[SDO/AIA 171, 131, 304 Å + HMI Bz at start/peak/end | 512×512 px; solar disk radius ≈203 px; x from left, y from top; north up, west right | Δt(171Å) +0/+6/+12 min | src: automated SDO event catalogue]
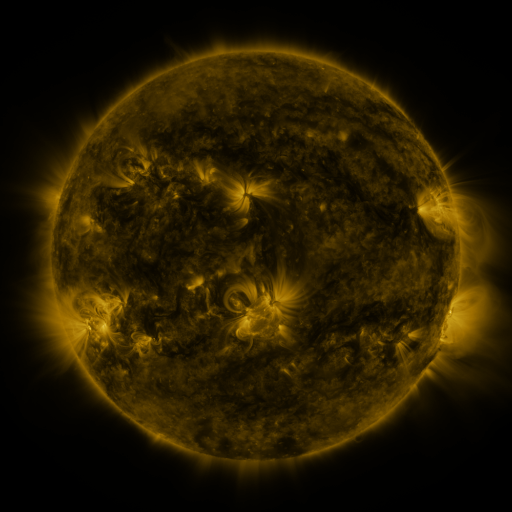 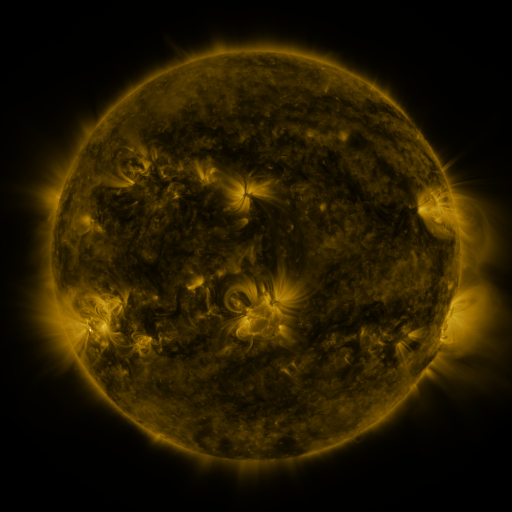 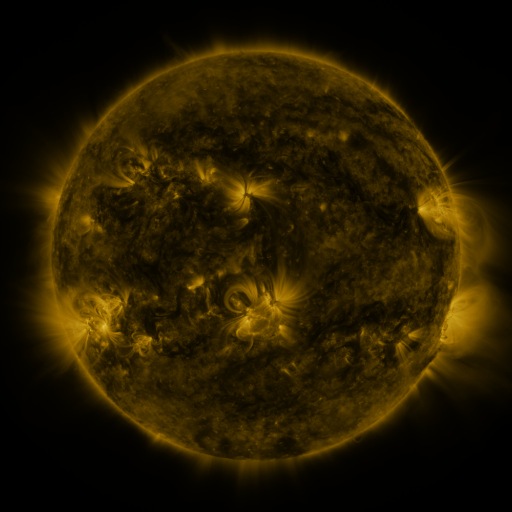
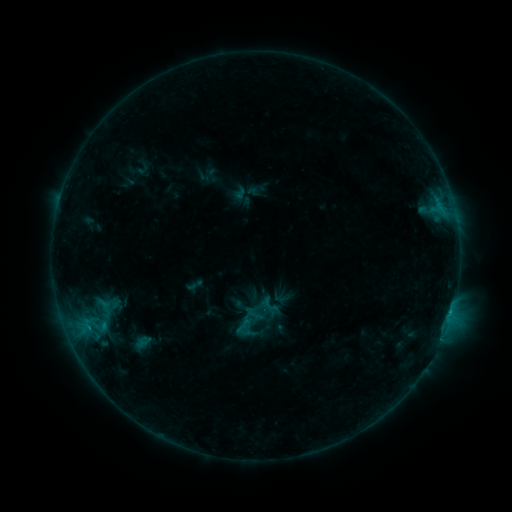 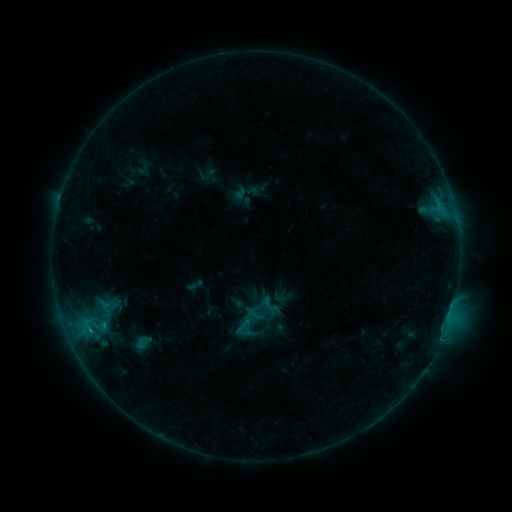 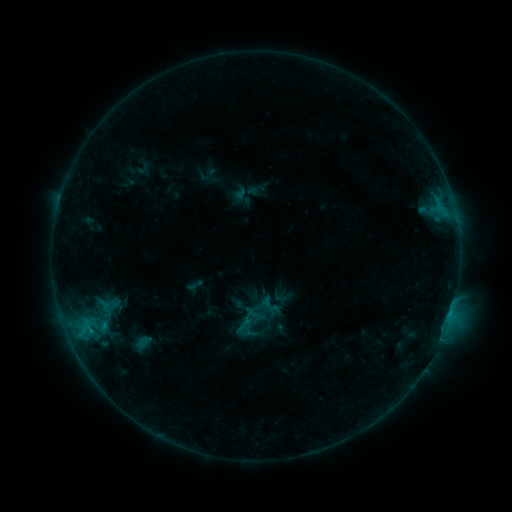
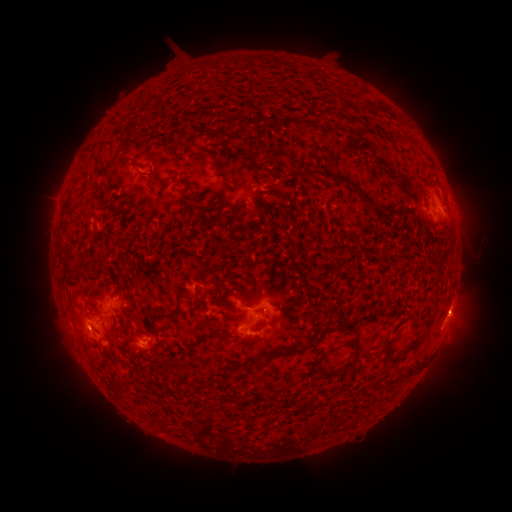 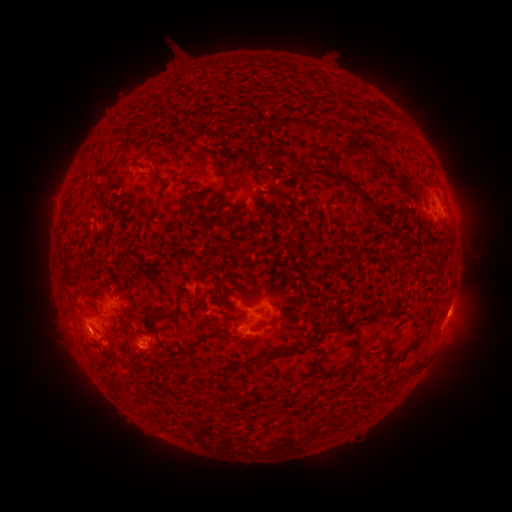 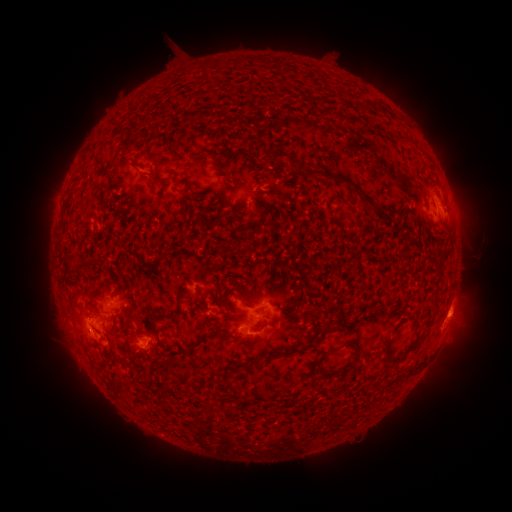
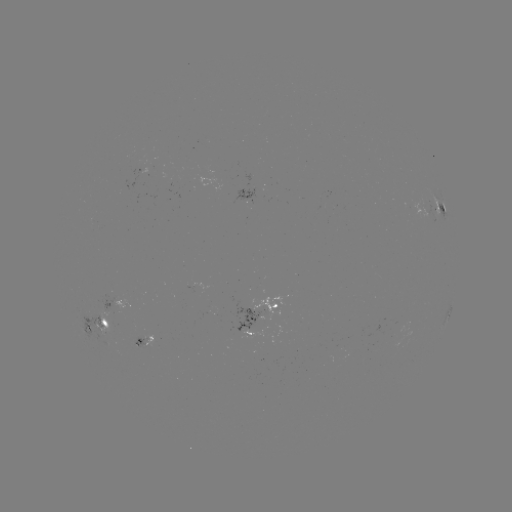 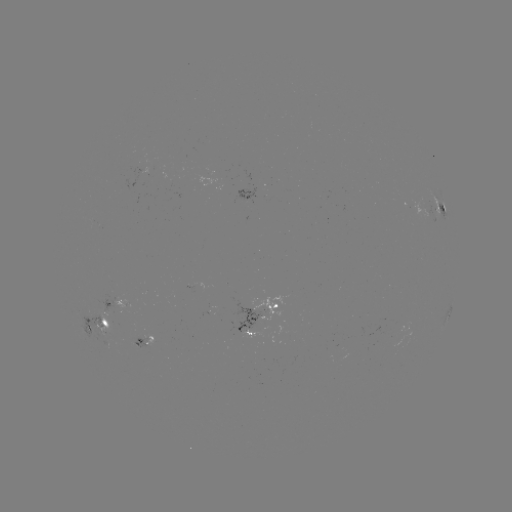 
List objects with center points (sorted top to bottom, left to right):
B7.4 flare: (90, 328)
